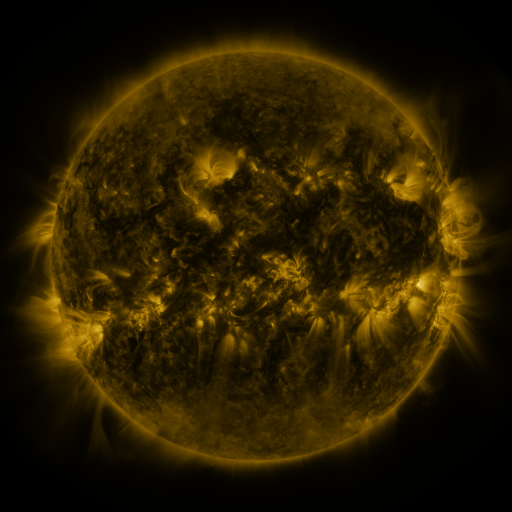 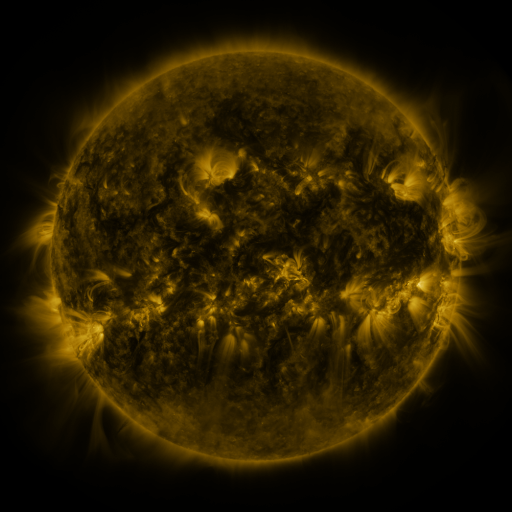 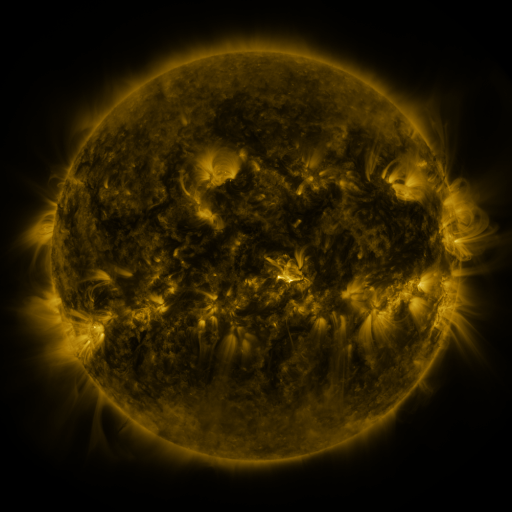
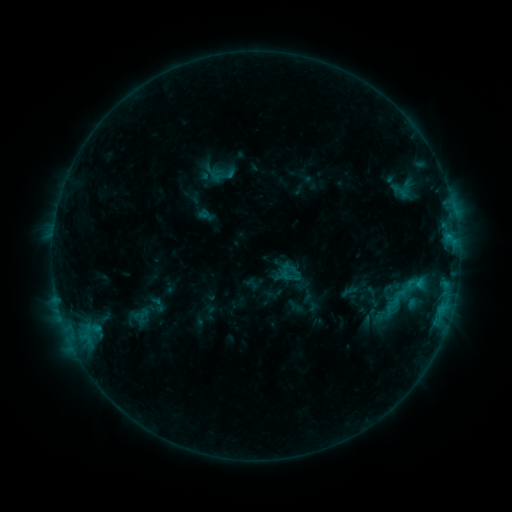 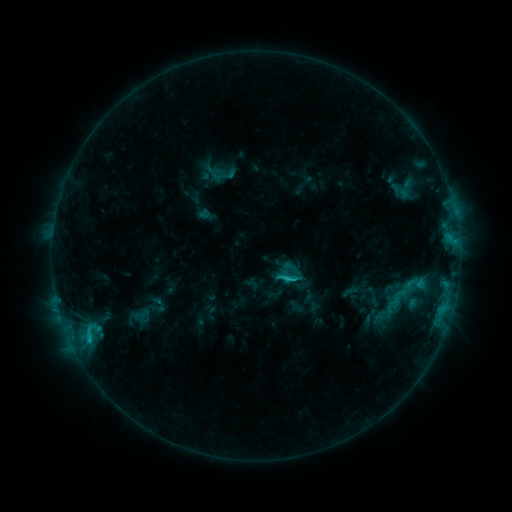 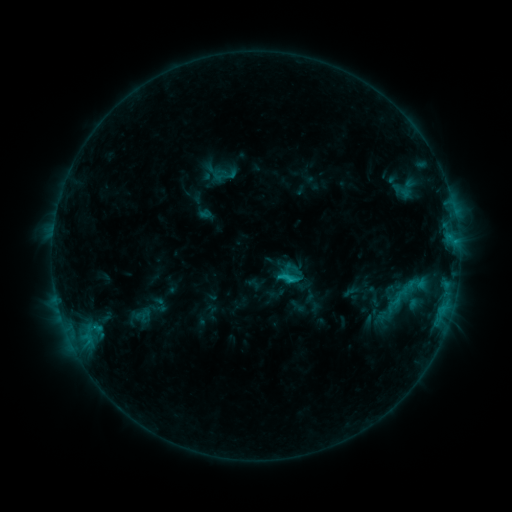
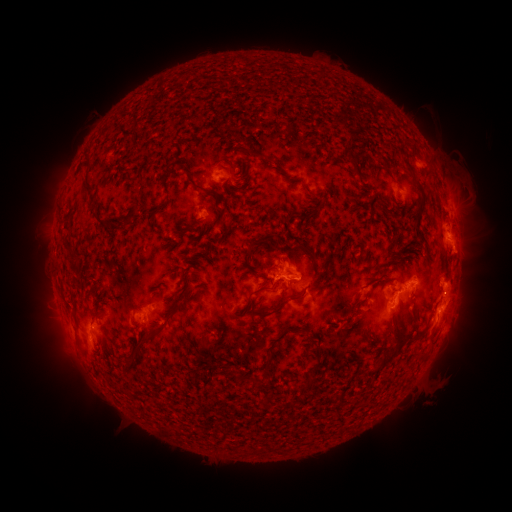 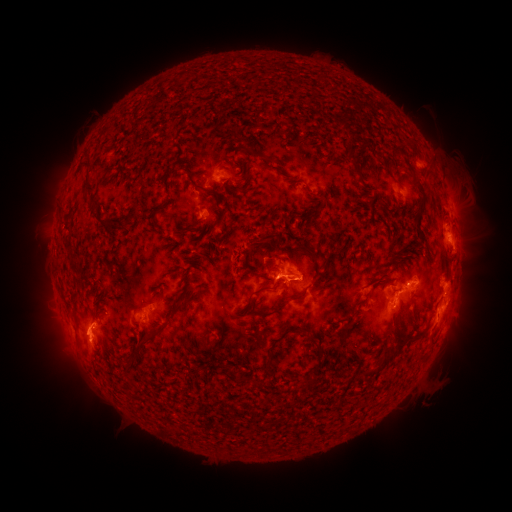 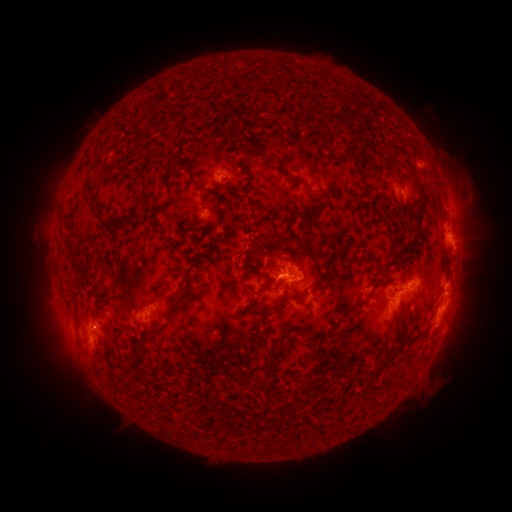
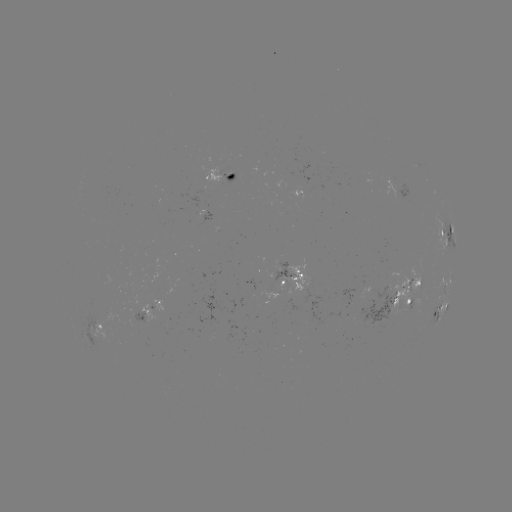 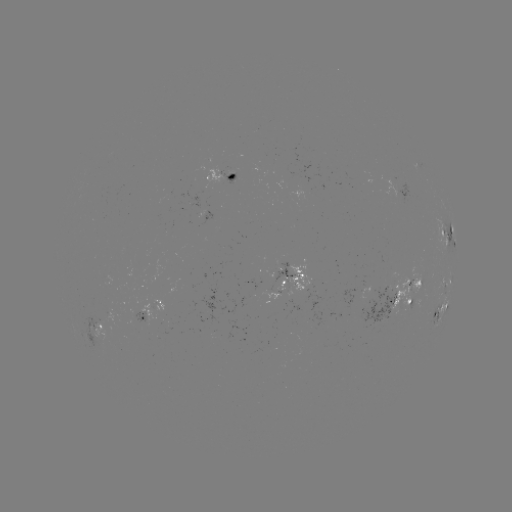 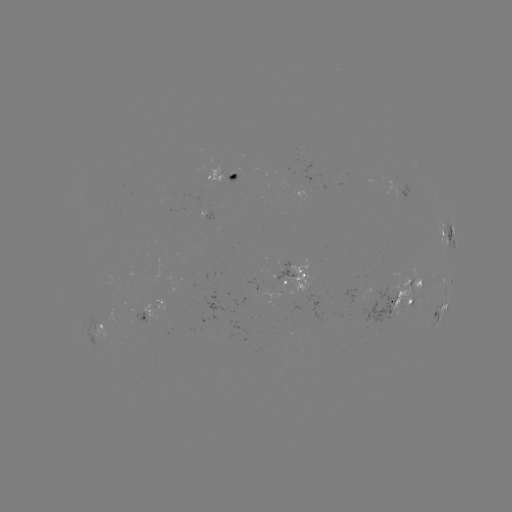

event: flare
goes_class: C2.0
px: (287, 277)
